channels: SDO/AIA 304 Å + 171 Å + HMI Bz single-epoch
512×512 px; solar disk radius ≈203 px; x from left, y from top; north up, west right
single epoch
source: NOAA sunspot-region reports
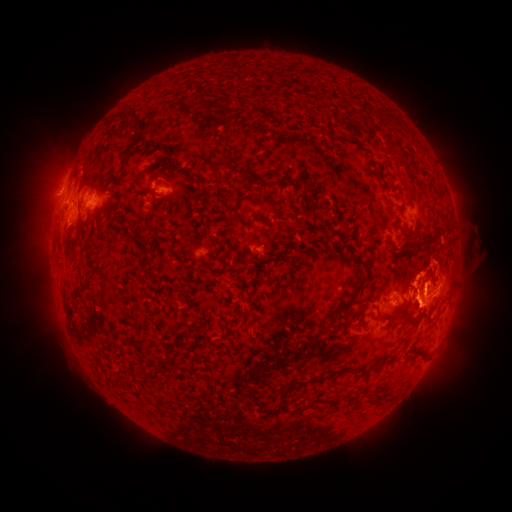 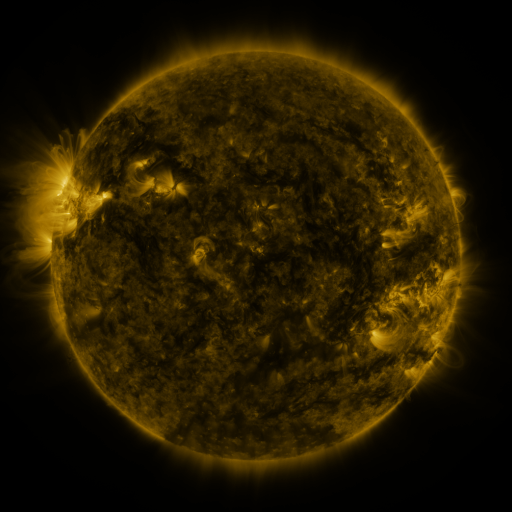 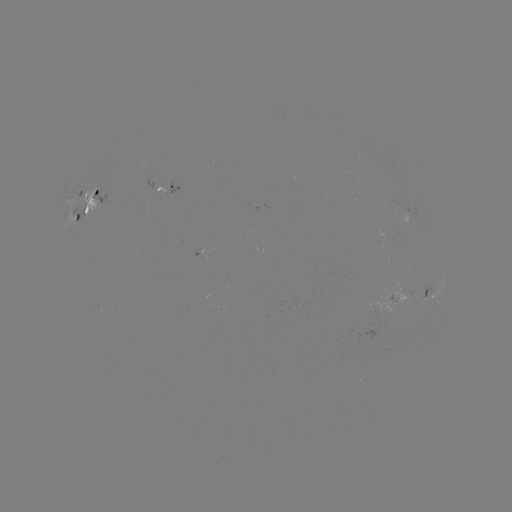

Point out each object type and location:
spotted active region: (169, 188)
spotted active region: (95, 198)
spotted active region: (433, 296)
spotted active region: (401, 298)
